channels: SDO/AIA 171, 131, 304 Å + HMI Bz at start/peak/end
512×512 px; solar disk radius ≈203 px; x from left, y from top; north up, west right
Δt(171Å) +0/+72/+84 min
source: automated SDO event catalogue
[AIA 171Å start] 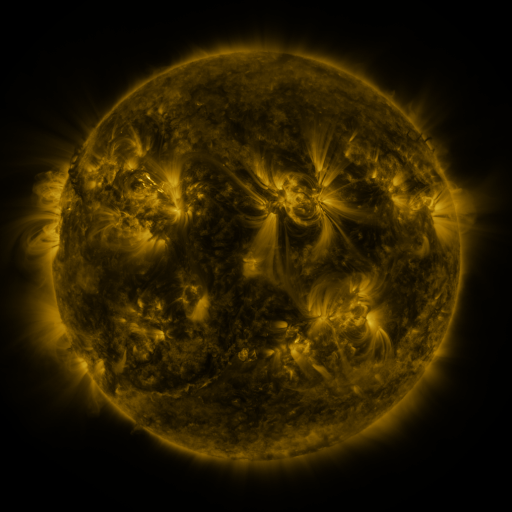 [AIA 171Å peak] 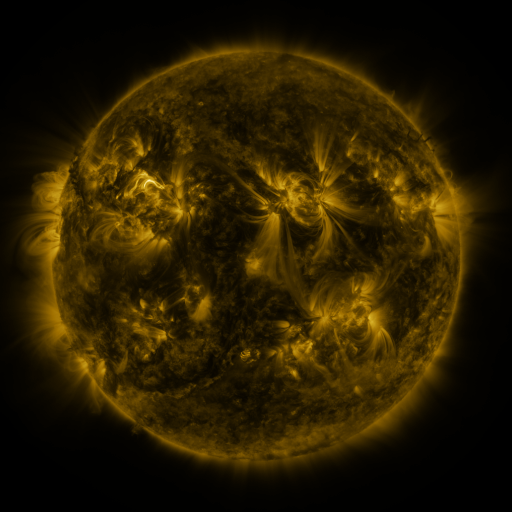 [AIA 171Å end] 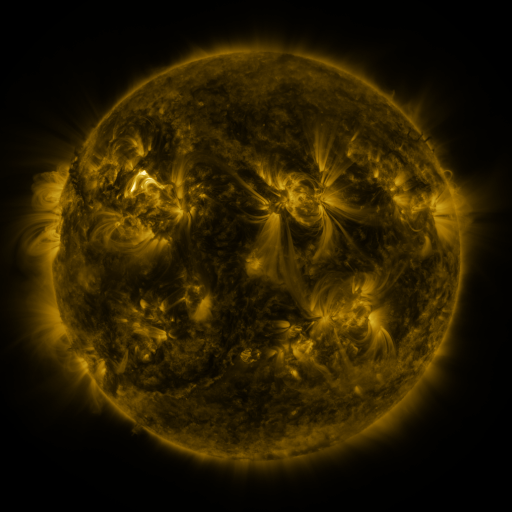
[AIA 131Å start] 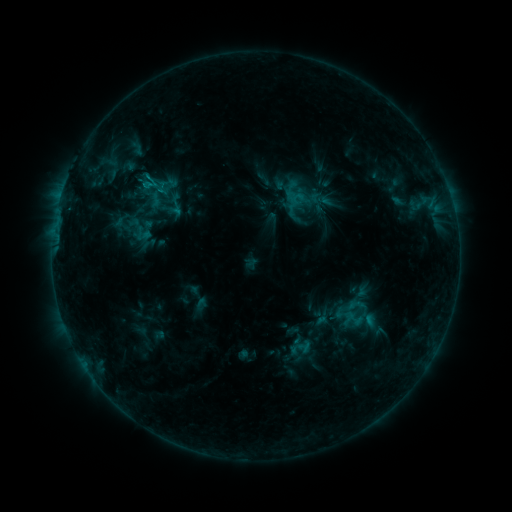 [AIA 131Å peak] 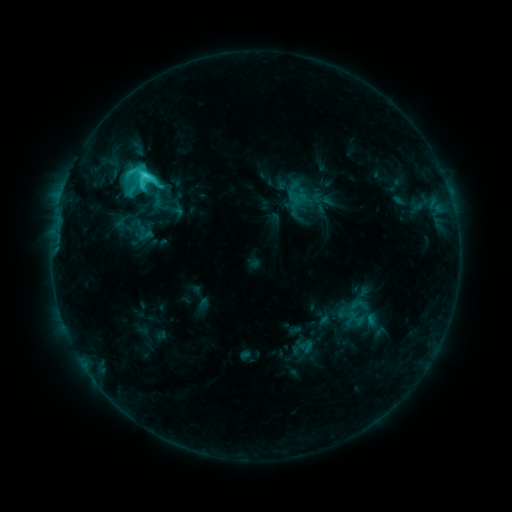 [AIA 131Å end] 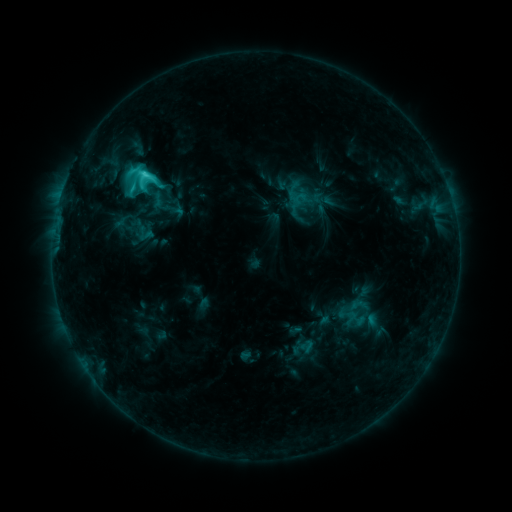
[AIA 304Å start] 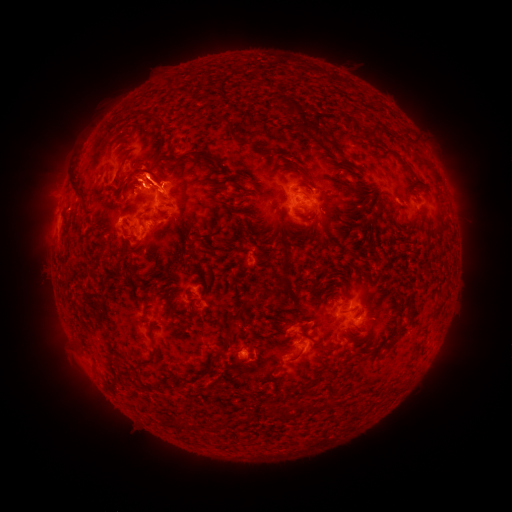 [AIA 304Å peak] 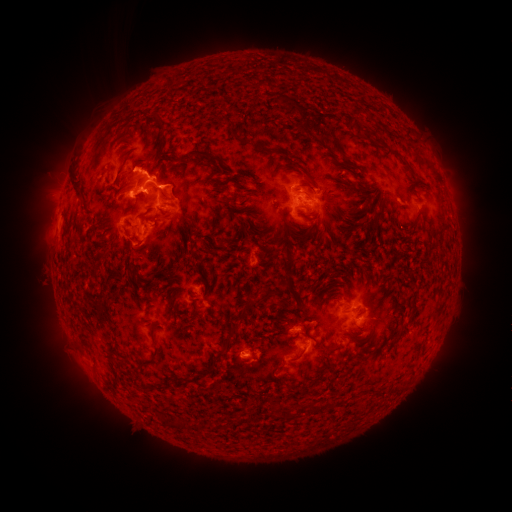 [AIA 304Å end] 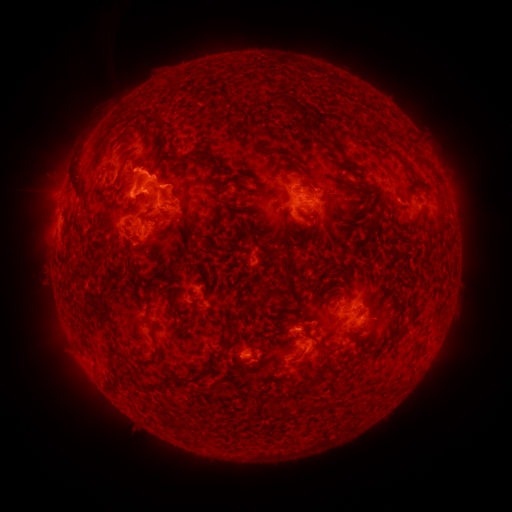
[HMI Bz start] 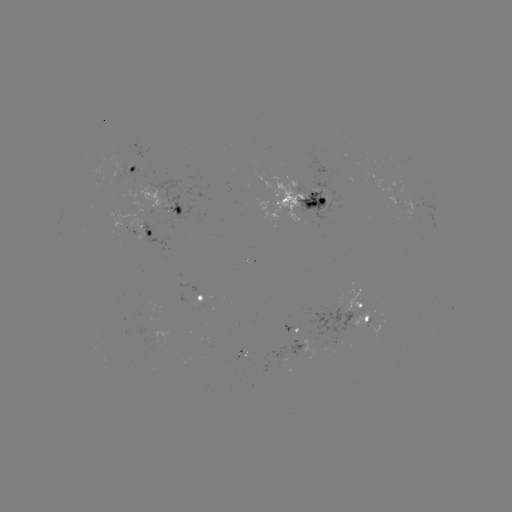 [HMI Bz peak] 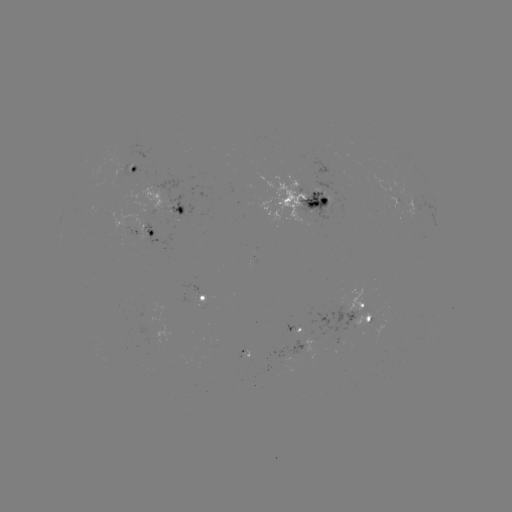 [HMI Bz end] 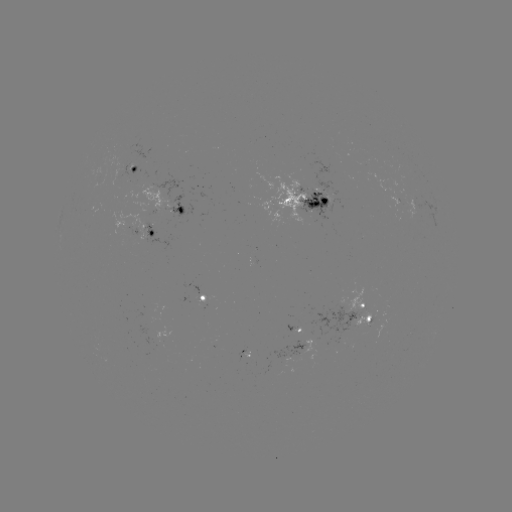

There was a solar emerging-flux region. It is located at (130, 171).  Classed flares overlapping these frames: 1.